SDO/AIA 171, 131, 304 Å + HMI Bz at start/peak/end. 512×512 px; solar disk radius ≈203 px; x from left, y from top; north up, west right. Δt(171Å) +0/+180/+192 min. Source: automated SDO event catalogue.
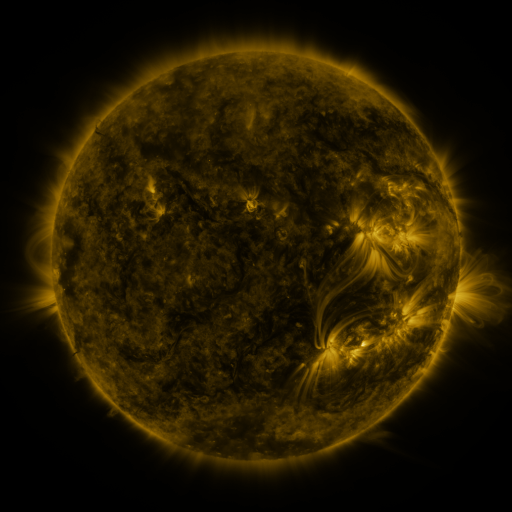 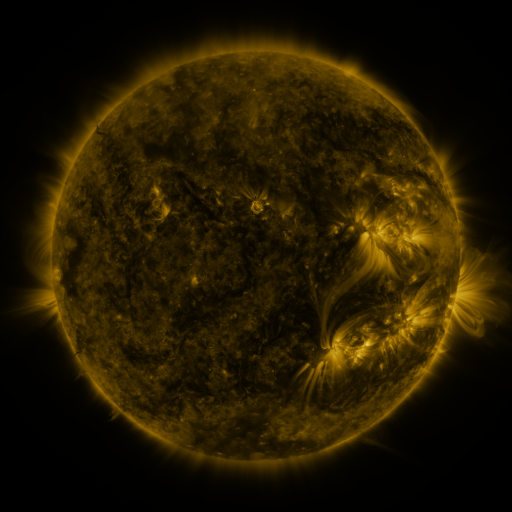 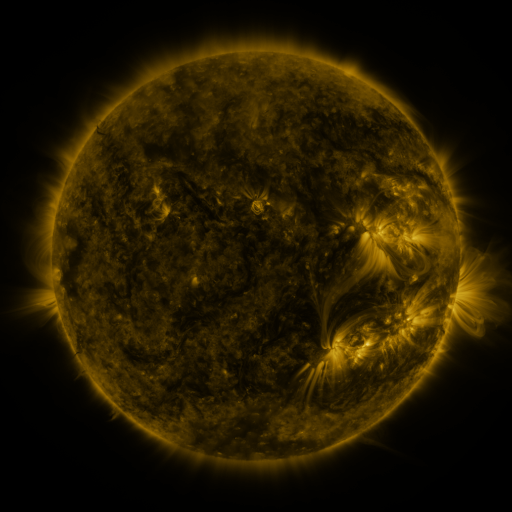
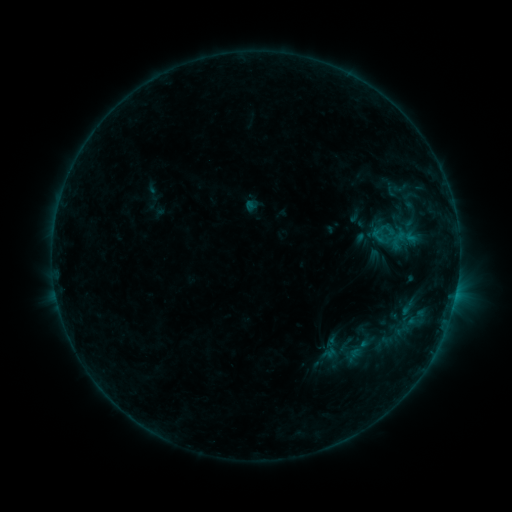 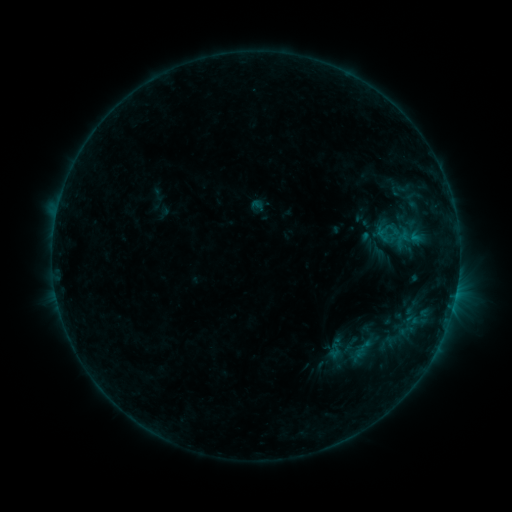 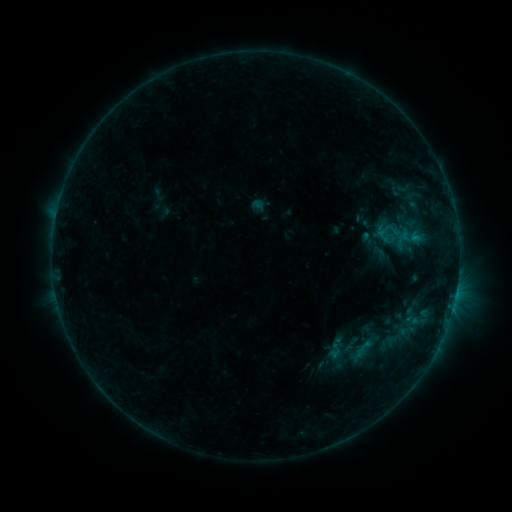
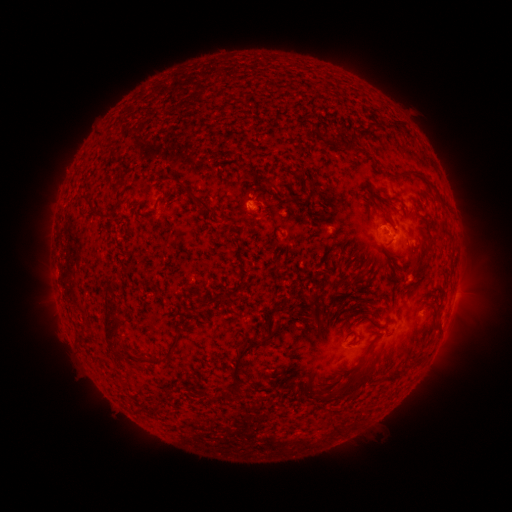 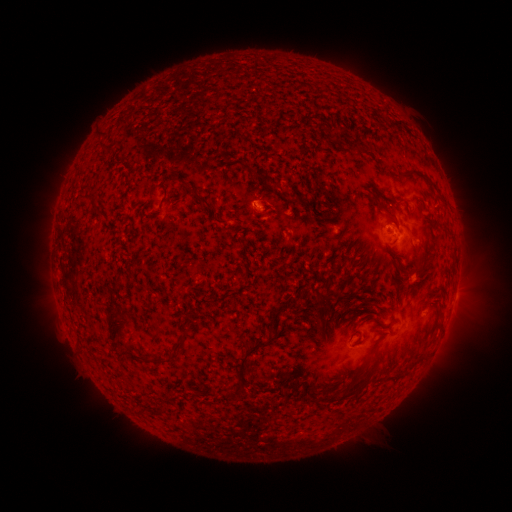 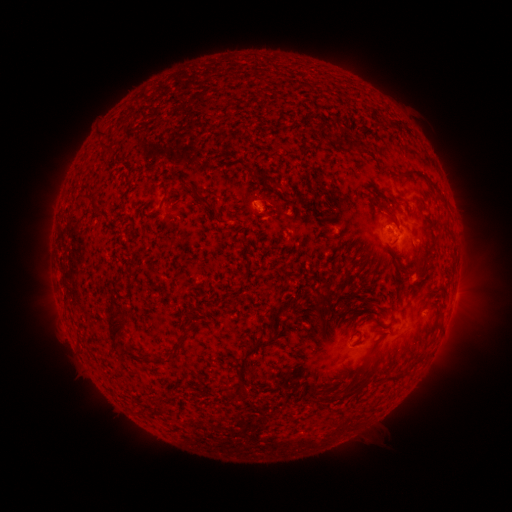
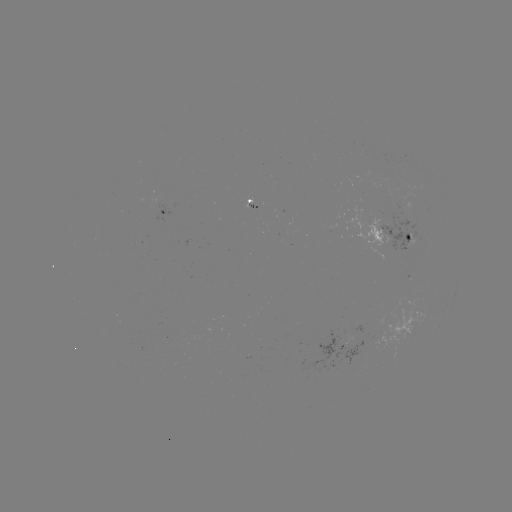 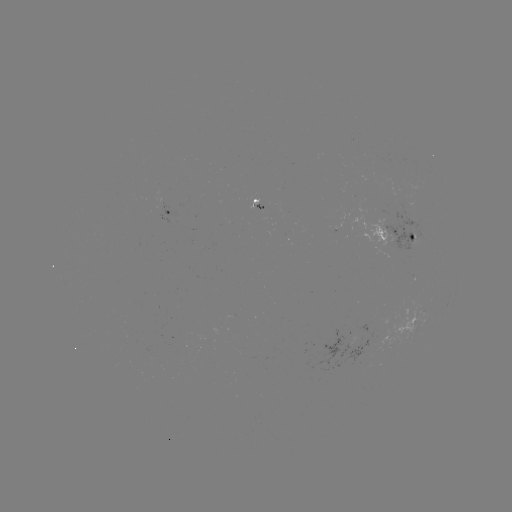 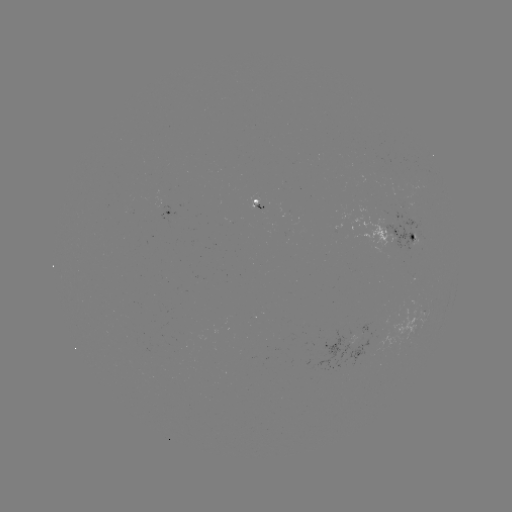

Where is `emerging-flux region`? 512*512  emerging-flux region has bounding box [248, 193, 259, 209].